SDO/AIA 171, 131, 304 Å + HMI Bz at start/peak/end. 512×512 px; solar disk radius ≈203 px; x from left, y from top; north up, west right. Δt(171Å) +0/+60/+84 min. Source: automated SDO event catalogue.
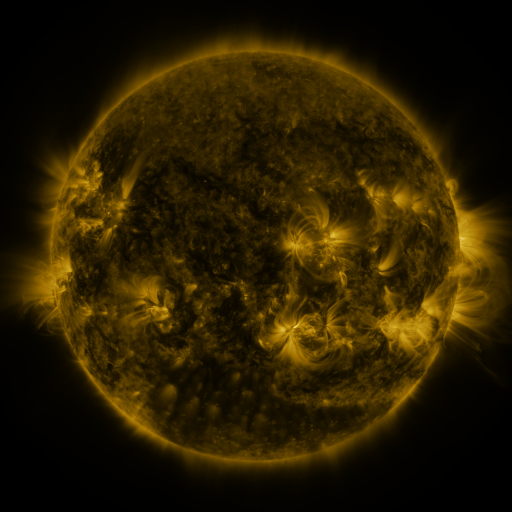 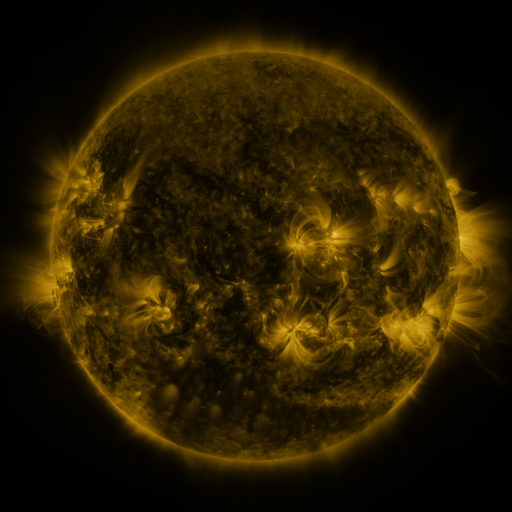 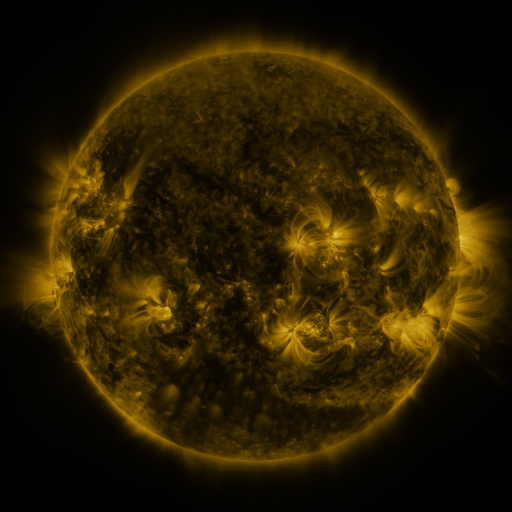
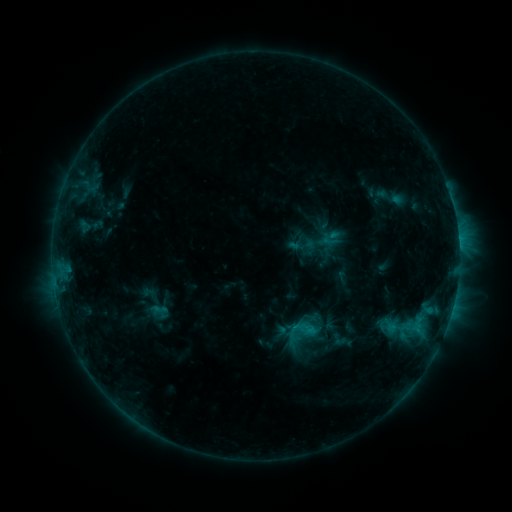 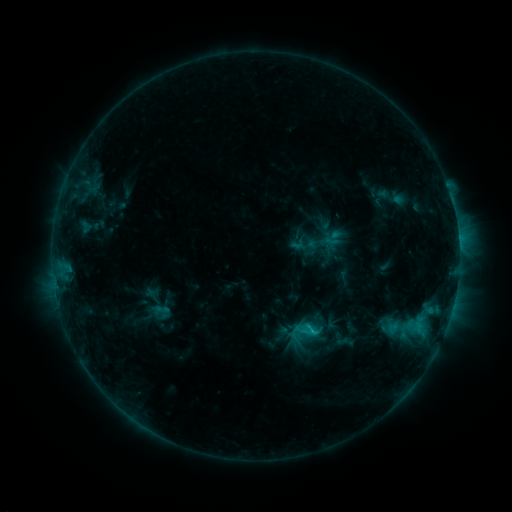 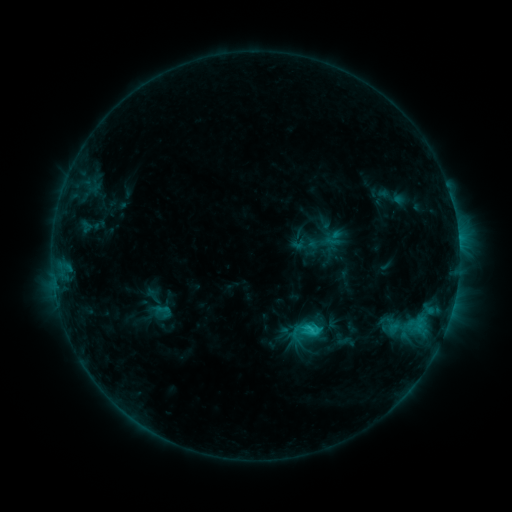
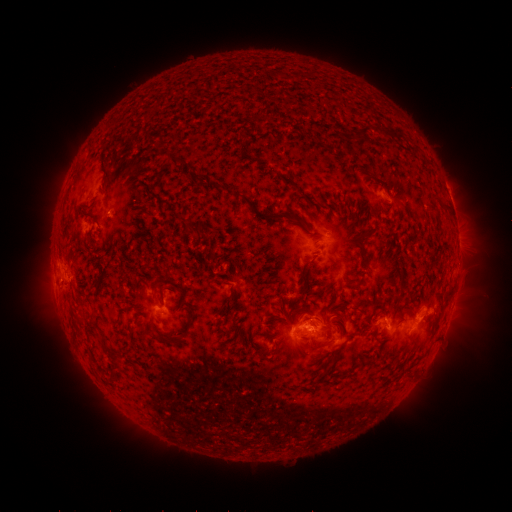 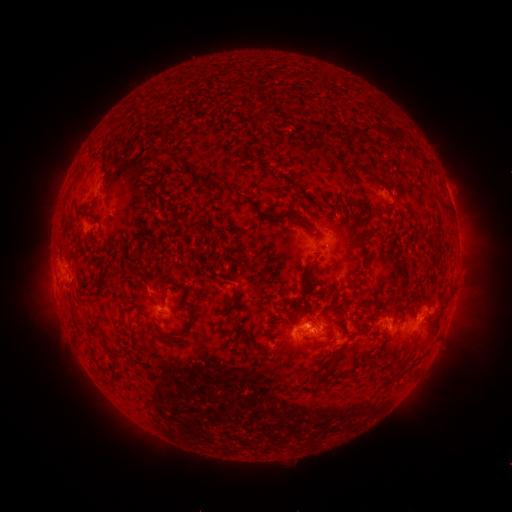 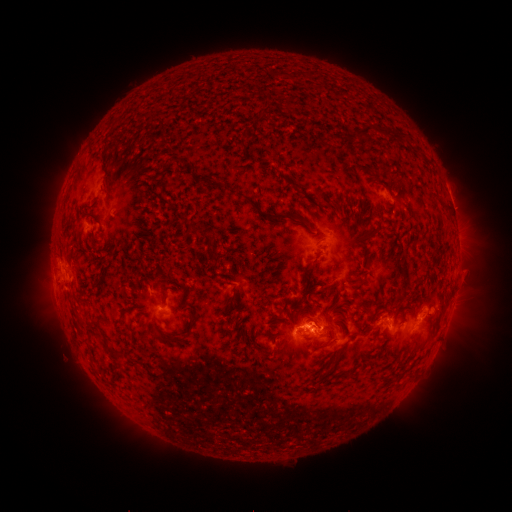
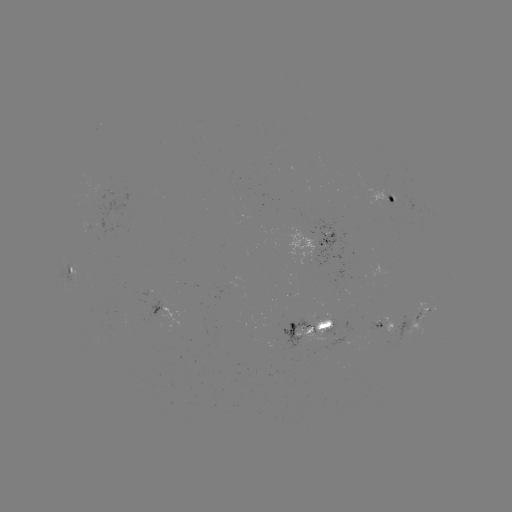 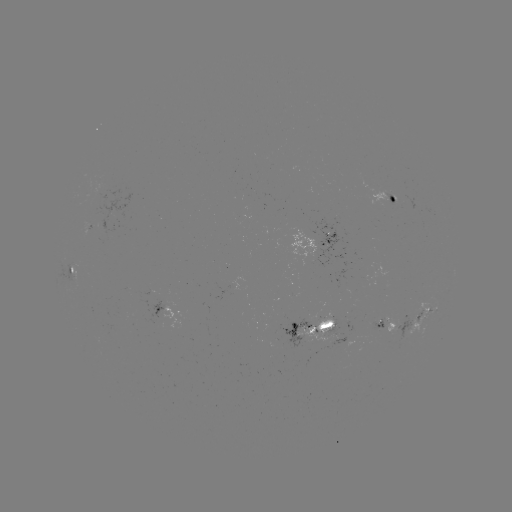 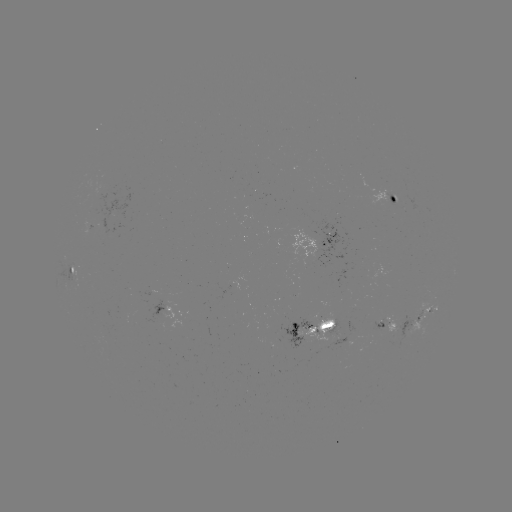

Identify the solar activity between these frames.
emerging-flux region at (394, 198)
